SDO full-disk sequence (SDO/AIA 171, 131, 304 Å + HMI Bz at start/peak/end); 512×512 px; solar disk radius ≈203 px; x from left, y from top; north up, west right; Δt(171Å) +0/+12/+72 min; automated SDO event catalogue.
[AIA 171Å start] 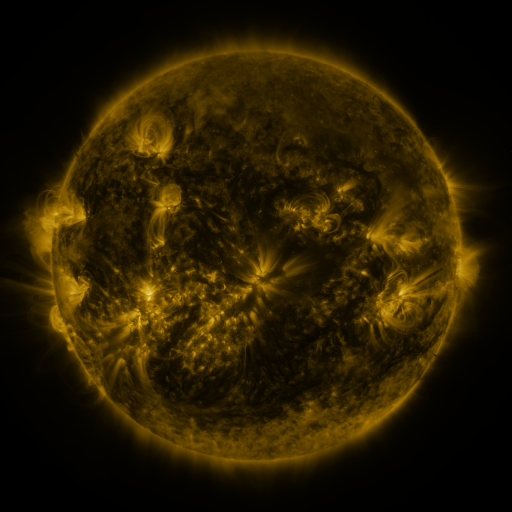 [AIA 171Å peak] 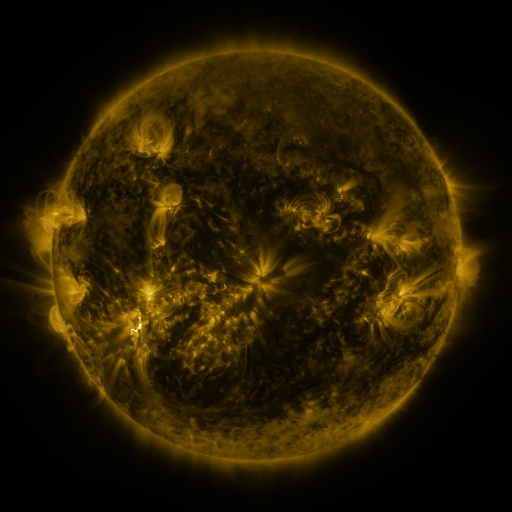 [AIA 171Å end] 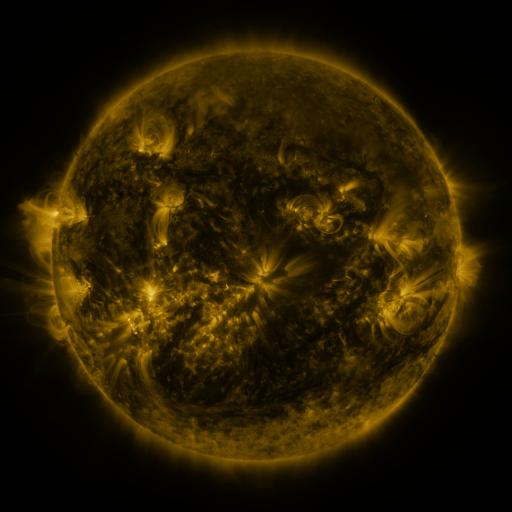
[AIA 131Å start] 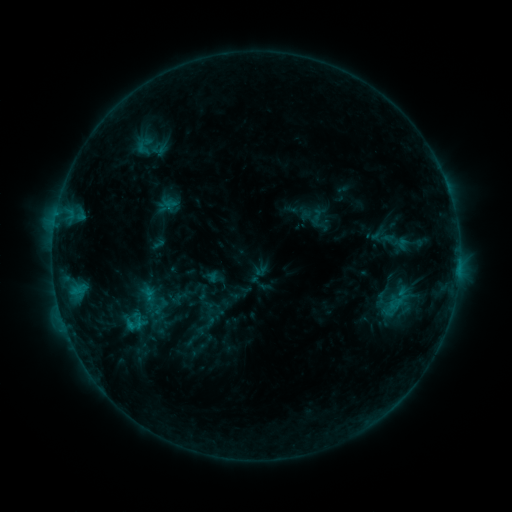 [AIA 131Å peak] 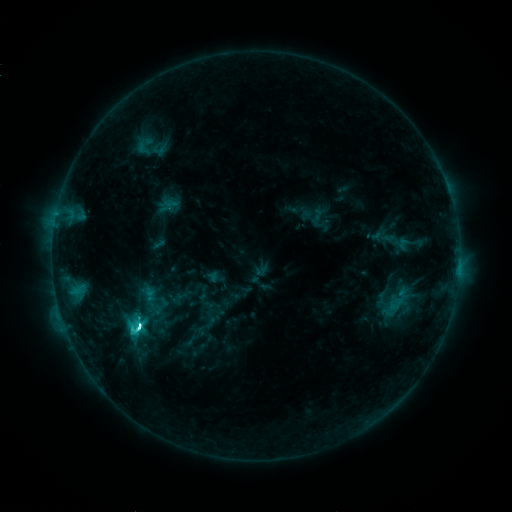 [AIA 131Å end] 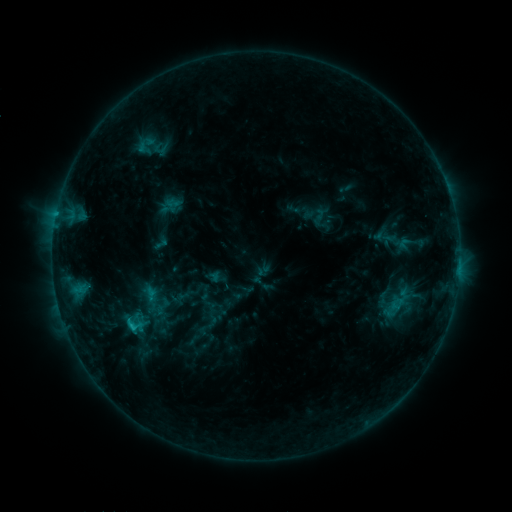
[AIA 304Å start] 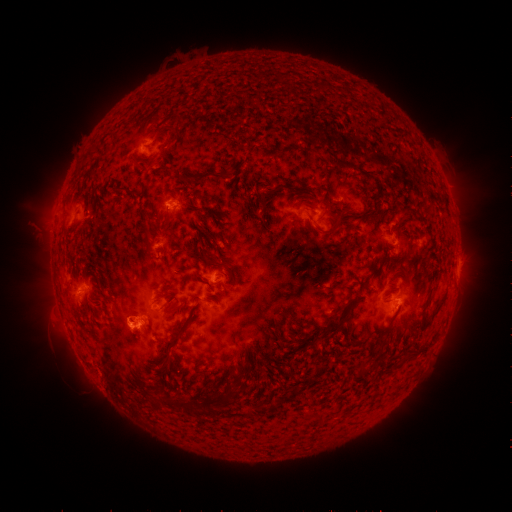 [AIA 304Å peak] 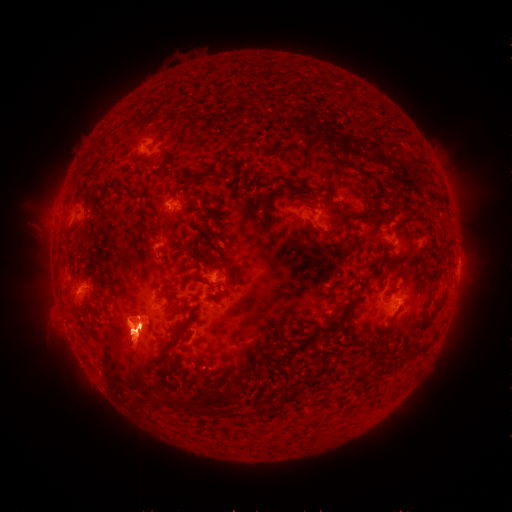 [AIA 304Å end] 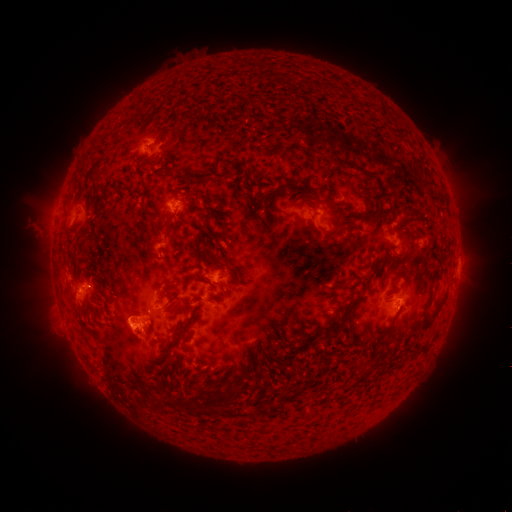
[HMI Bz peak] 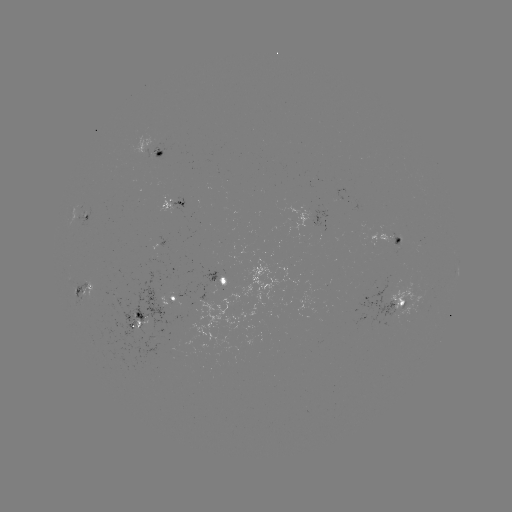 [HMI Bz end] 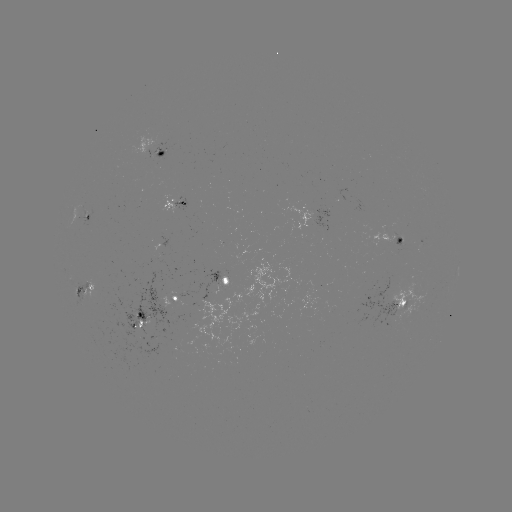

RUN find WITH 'C7.0 flare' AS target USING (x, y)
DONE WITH (137, 330) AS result